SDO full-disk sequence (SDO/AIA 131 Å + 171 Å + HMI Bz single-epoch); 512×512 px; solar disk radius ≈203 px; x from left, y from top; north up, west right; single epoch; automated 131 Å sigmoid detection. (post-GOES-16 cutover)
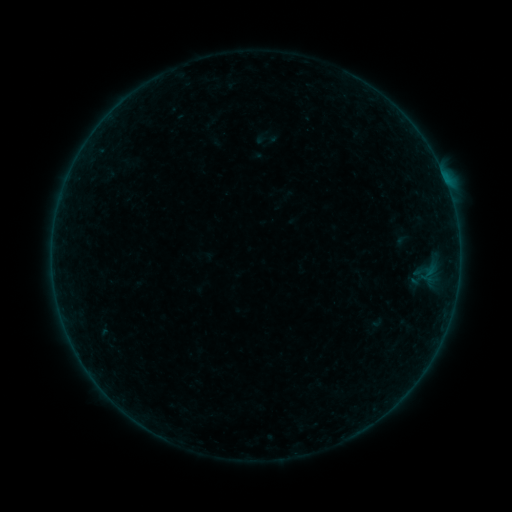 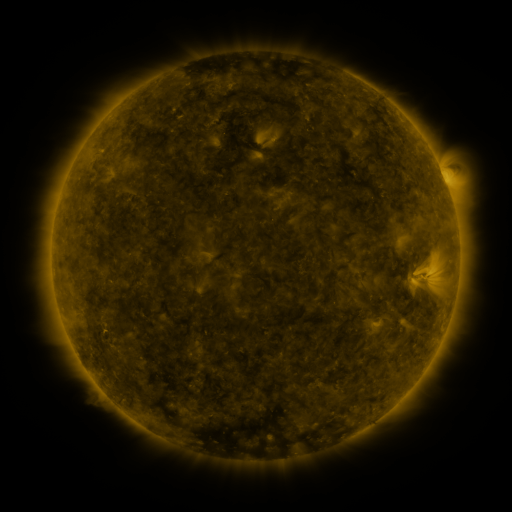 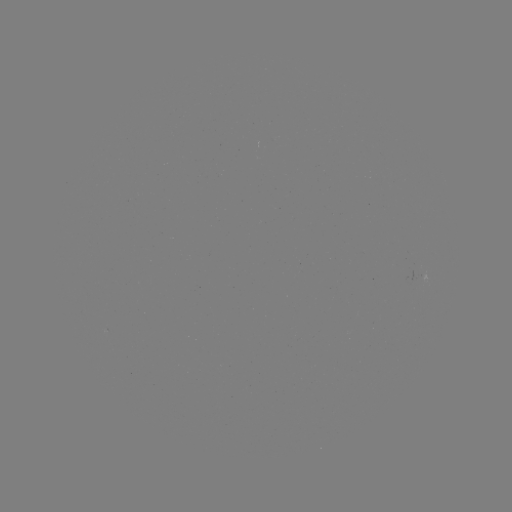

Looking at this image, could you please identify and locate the sigmoid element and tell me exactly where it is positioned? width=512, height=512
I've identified sigmoid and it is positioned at (267, 138).